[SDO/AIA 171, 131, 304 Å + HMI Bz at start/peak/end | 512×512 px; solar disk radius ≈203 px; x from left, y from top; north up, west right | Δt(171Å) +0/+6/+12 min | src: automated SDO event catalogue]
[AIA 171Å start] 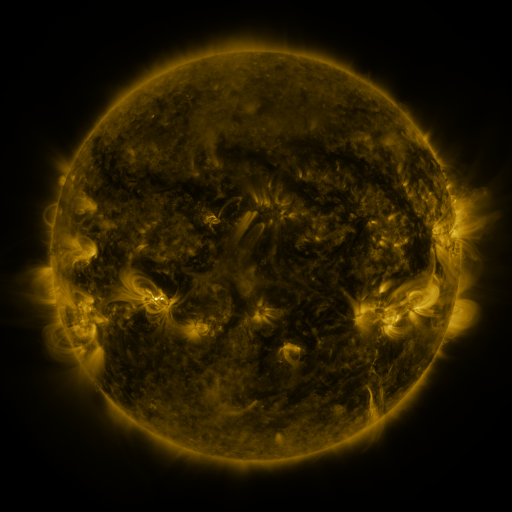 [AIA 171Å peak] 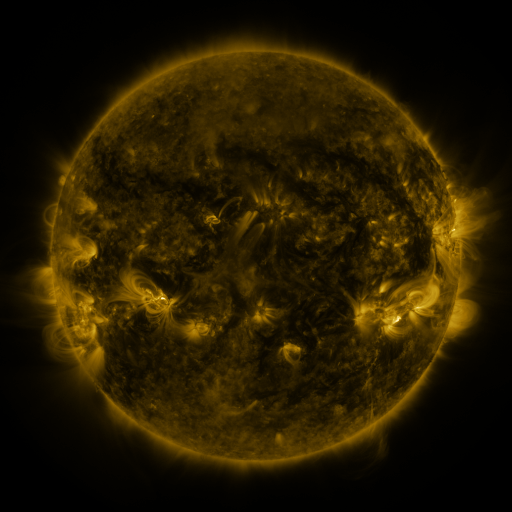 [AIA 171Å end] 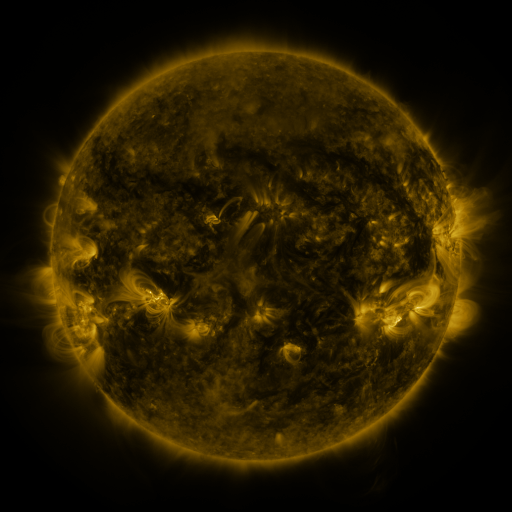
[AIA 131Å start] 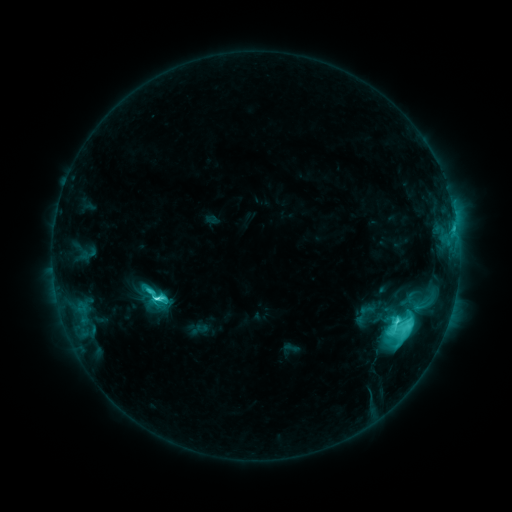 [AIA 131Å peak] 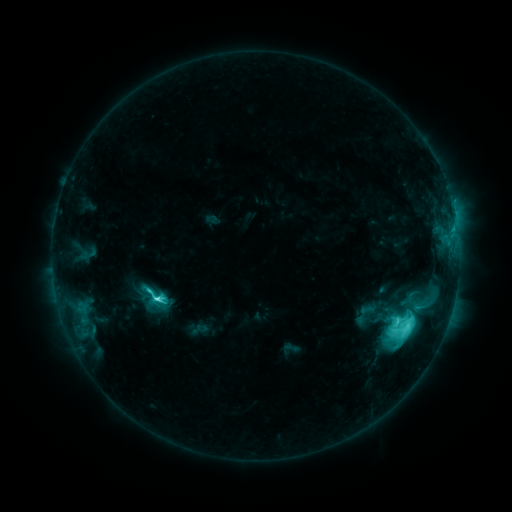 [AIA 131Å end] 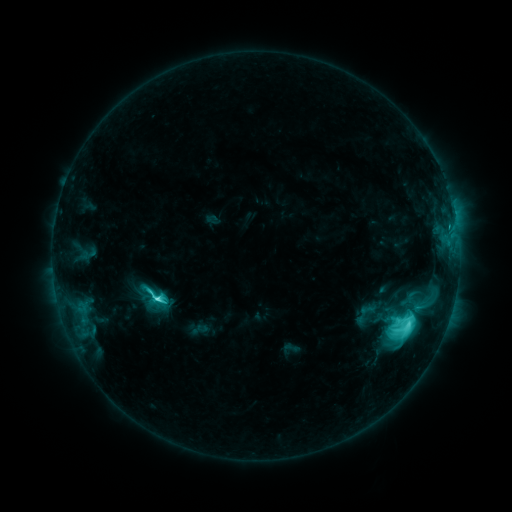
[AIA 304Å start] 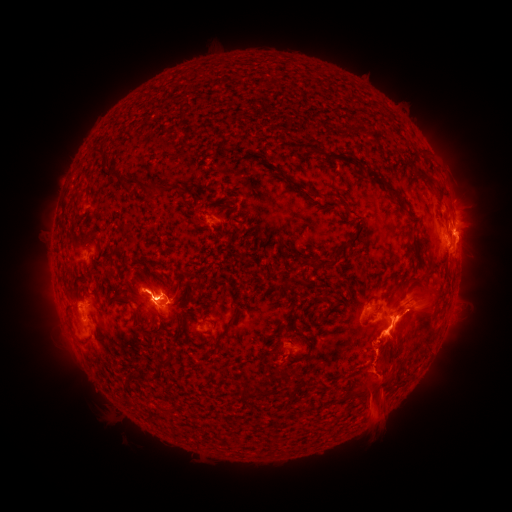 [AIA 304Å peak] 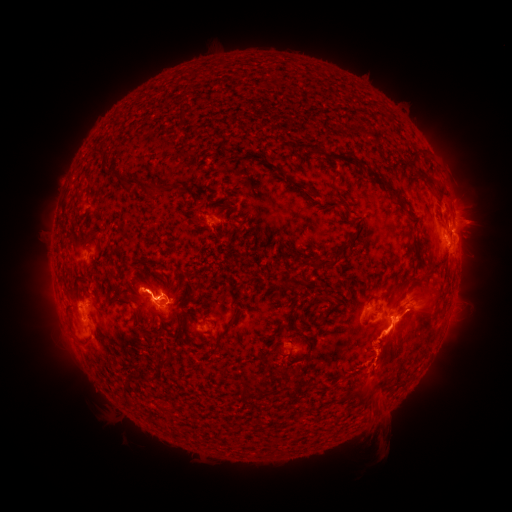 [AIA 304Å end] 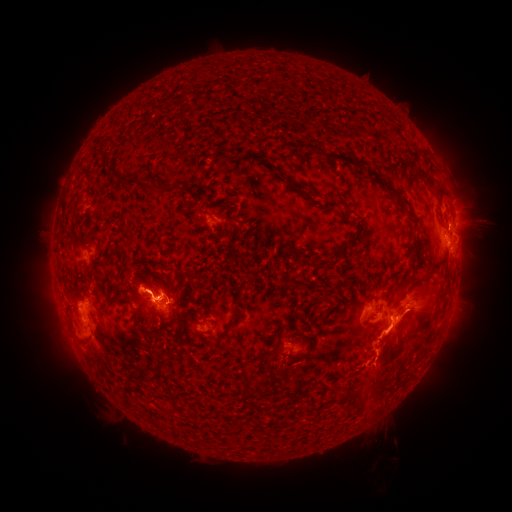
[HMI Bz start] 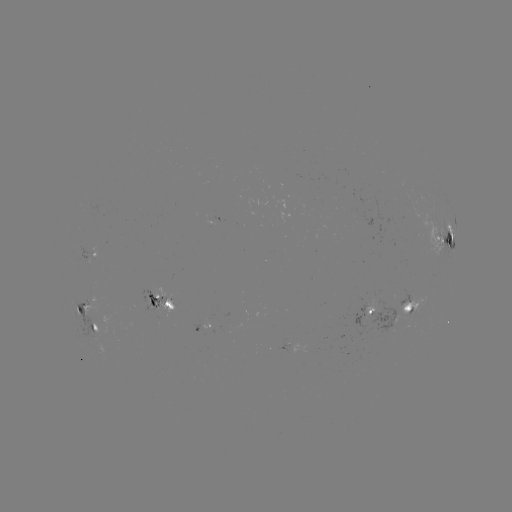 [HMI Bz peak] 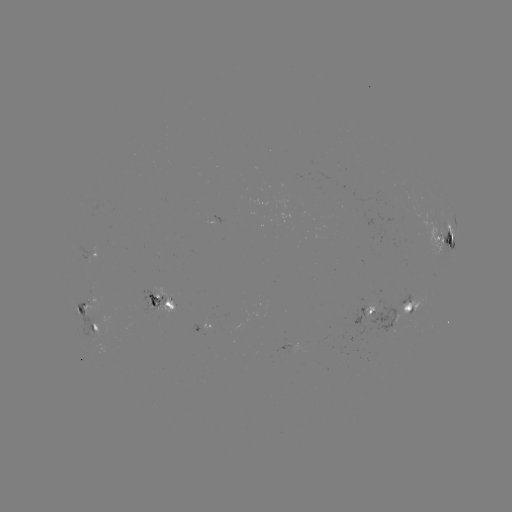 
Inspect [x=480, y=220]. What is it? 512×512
eruption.